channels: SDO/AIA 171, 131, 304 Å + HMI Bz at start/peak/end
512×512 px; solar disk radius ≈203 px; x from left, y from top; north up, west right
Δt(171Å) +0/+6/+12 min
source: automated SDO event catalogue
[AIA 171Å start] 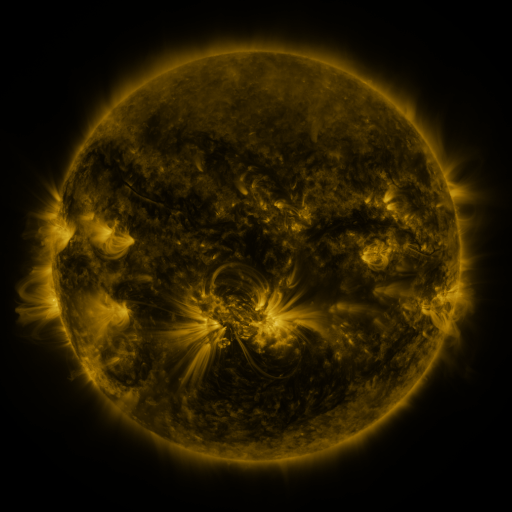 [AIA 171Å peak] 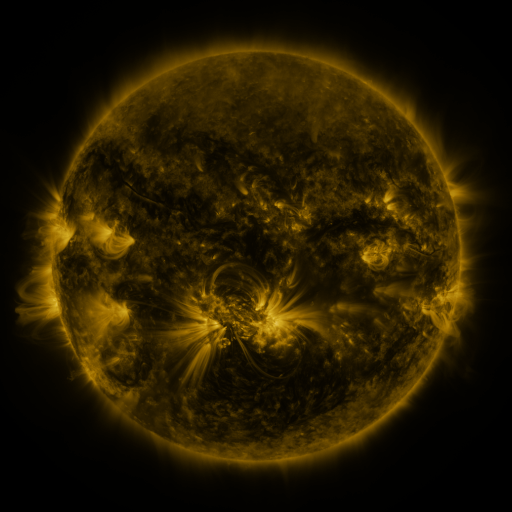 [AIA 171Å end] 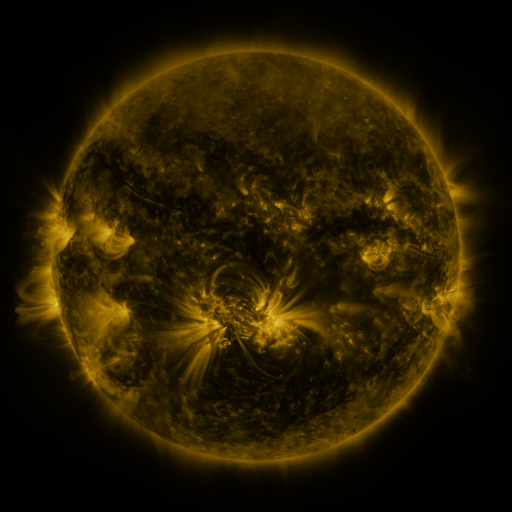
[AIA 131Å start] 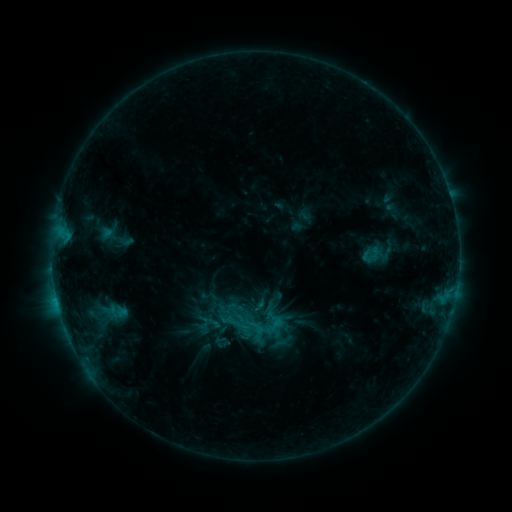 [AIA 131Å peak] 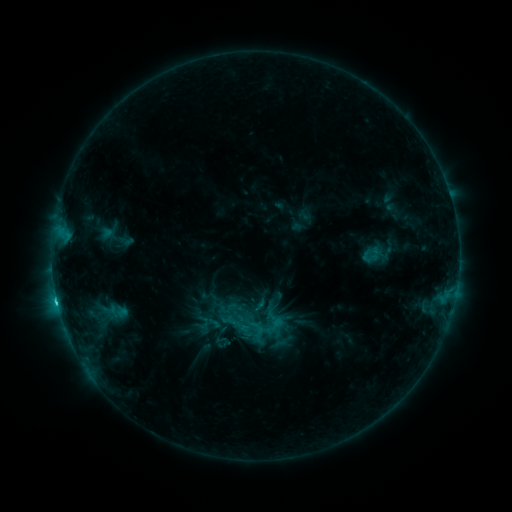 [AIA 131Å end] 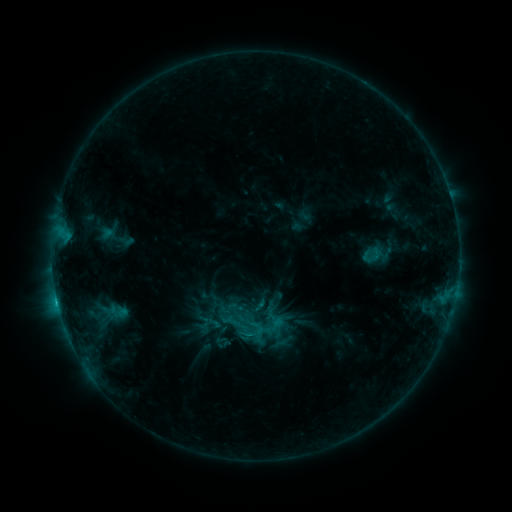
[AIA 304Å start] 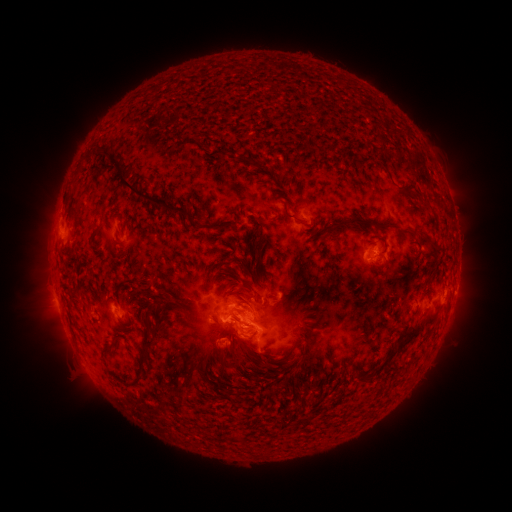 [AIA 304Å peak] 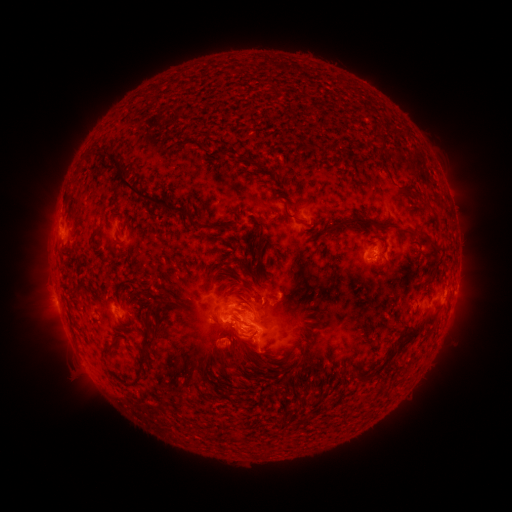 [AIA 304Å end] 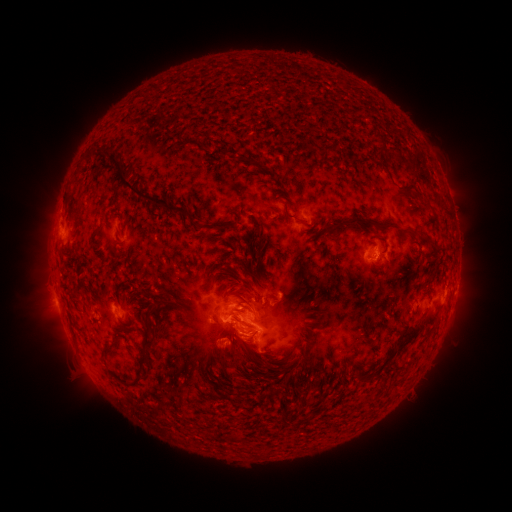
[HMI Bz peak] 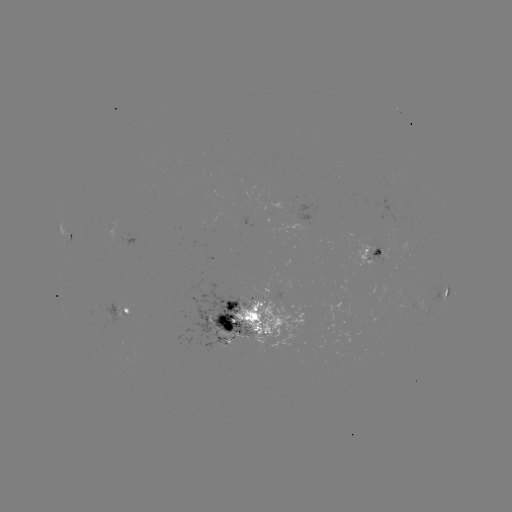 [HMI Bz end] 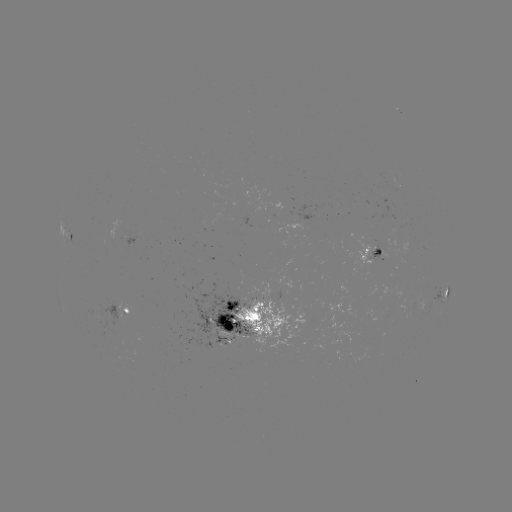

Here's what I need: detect C1.8 flare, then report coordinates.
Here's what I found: C1.8 flare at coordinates (58, 302).